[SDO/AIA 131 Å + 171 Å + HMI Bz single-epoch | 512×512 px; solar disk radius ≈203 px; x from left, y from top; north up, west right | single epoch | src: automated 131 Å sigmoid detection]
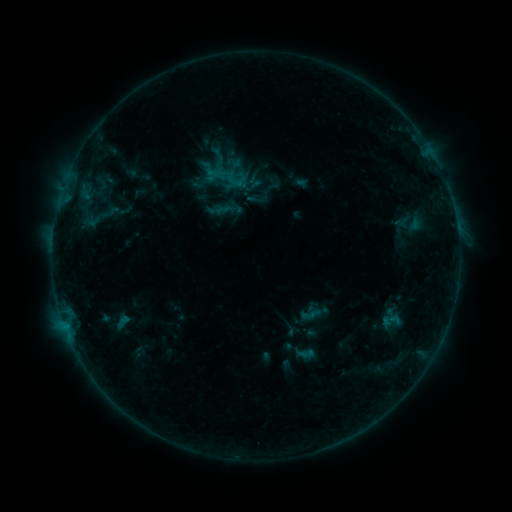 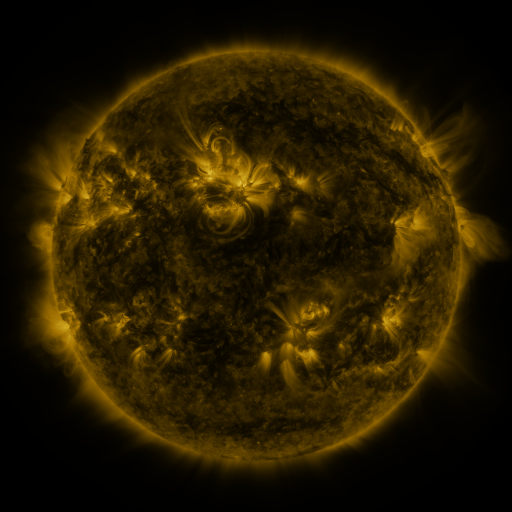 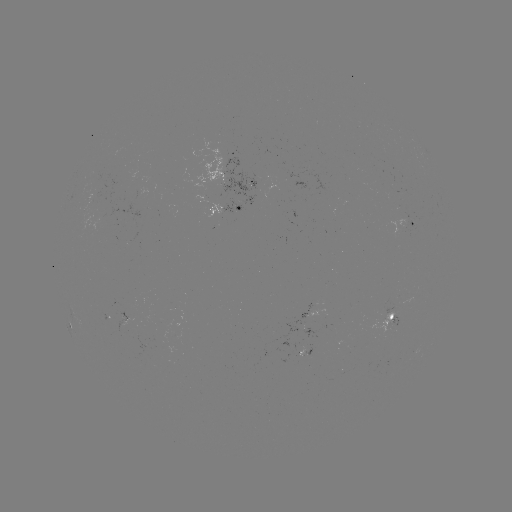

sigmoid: (226, 173, 243, 190)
